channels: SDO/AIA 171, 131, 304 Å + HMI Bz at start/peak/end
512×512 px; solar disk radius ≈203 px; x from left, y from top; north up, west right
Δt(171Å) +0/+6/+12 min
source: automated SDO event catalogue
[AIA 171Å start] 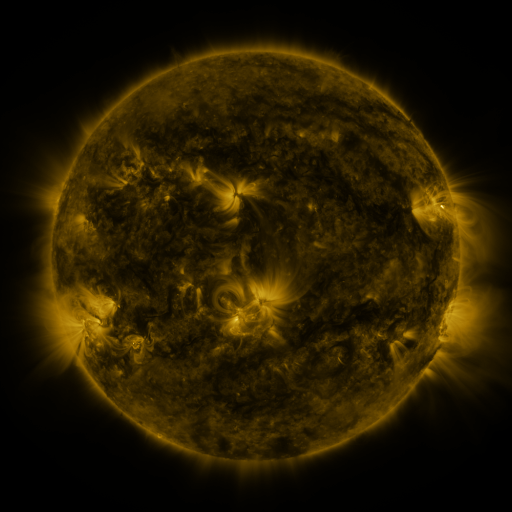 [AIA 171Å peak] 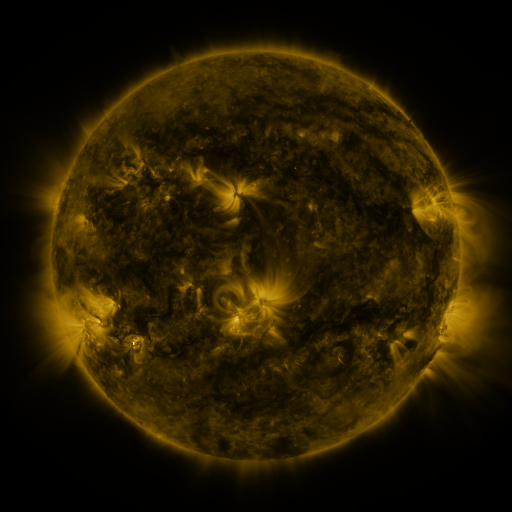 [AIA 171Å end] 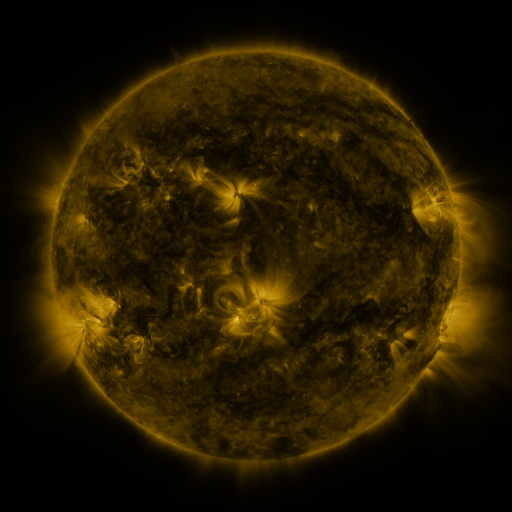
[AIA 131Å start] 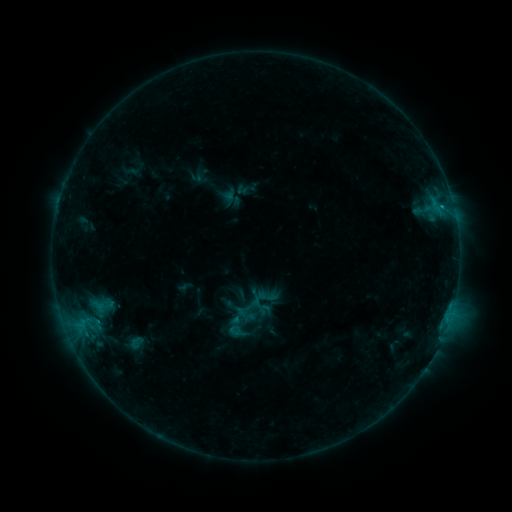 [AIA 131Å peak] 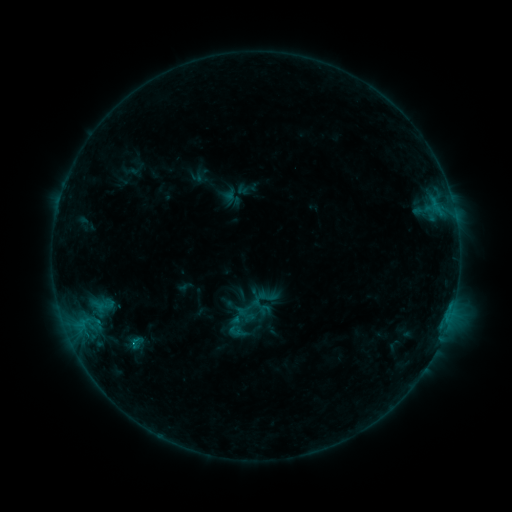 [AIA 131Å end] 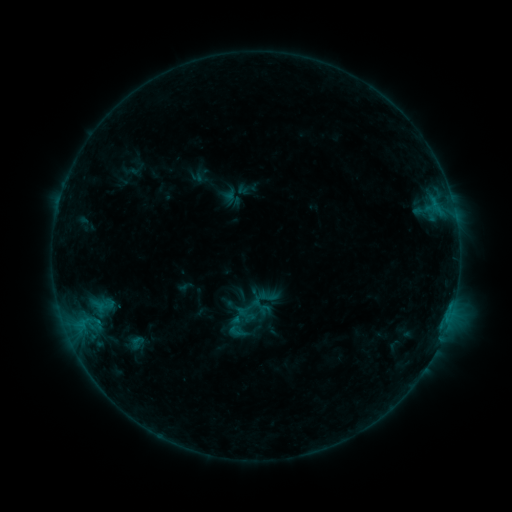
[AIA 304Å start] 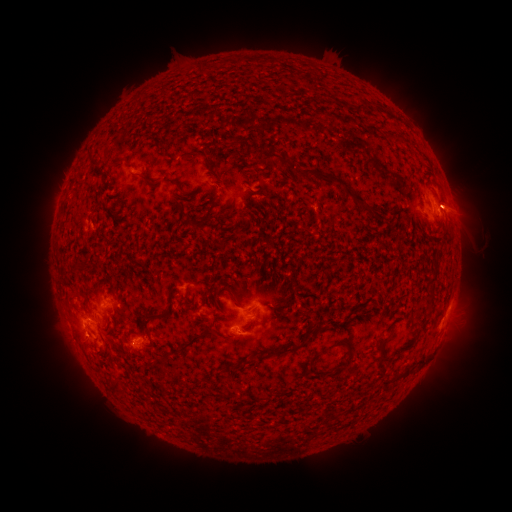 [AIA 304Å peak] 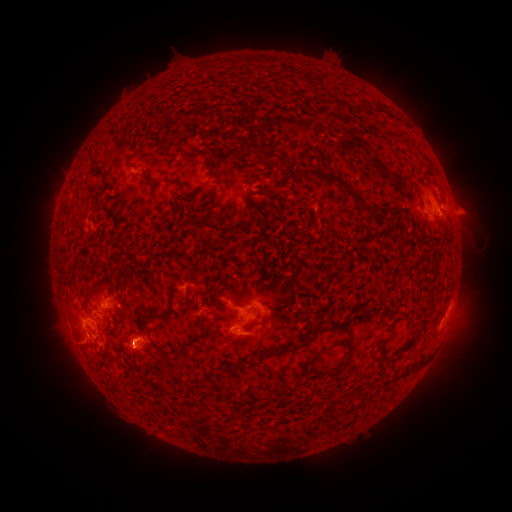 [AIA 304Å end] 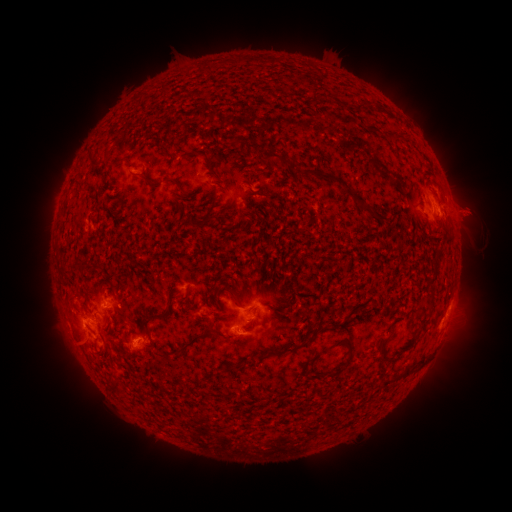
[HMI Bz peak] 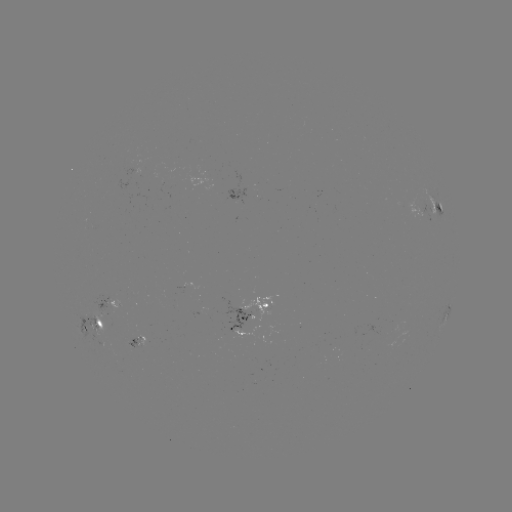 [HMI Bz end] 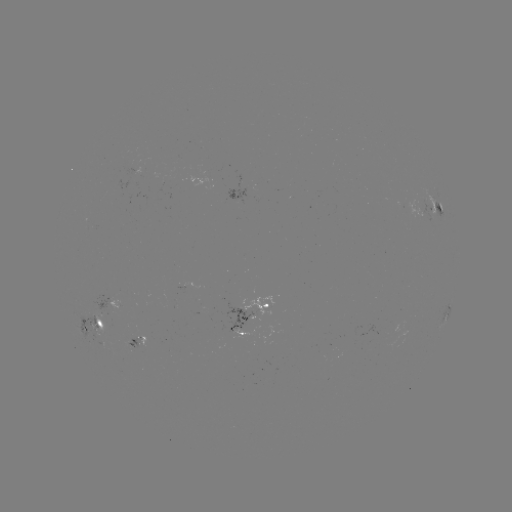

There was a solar eruption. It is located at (471, 213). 